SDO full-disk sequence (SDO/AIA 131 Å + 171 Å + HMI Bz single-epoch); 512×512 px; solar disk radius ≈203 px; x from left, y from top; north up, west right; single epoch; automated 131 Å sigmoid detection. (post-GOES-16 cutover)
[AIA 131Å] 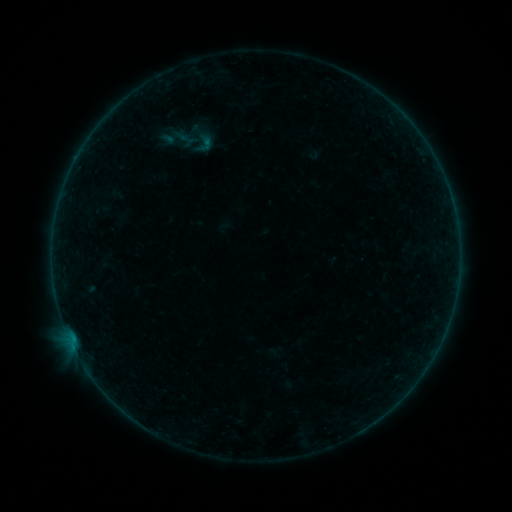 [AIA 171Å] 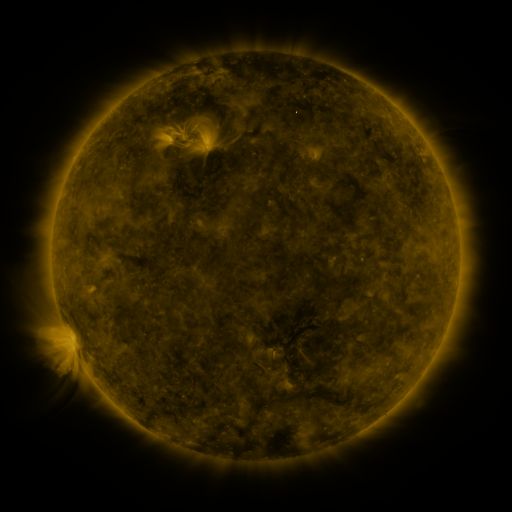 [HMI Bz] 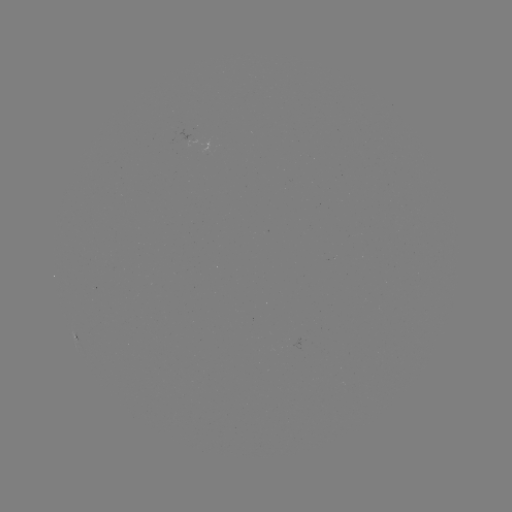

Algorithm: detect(sigmoid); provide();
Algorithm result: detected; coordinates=(205, 144)